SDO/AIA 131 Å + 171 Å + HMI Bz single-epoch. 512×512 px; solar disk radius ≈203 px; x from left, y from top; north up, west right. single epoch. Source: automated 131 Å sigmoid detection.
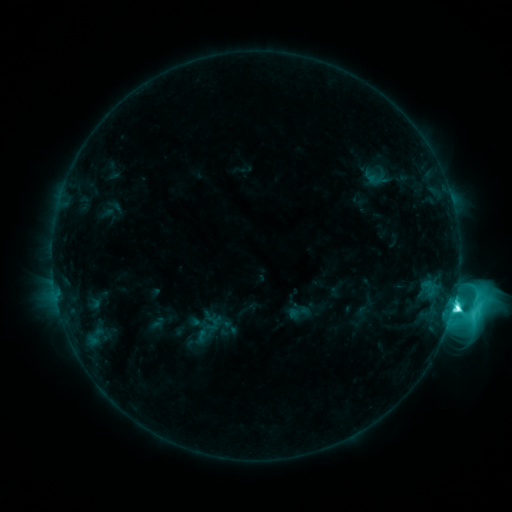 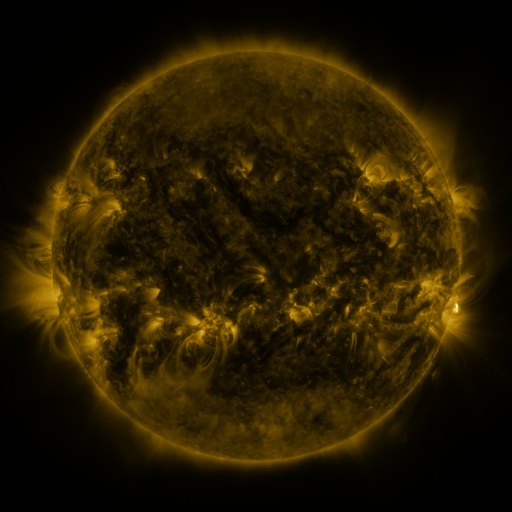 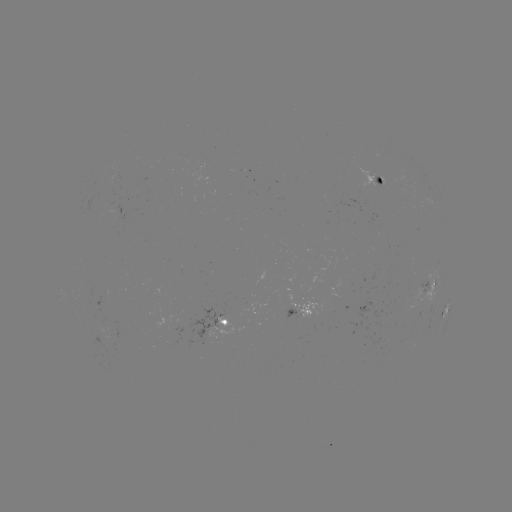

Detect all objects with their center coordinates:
sigmoid: [287, 300, 309, 324]
